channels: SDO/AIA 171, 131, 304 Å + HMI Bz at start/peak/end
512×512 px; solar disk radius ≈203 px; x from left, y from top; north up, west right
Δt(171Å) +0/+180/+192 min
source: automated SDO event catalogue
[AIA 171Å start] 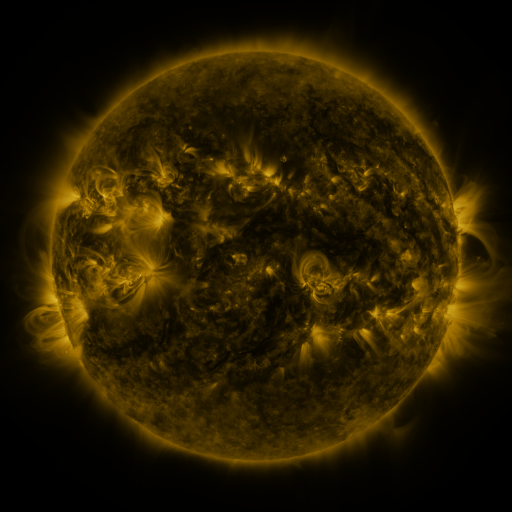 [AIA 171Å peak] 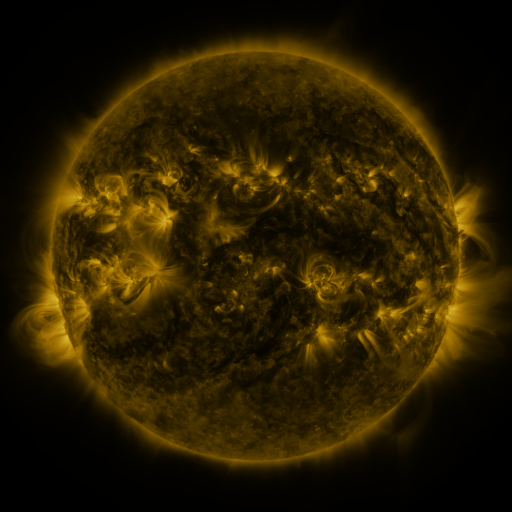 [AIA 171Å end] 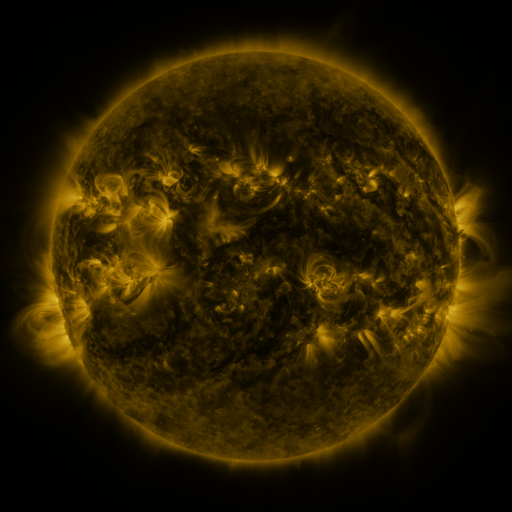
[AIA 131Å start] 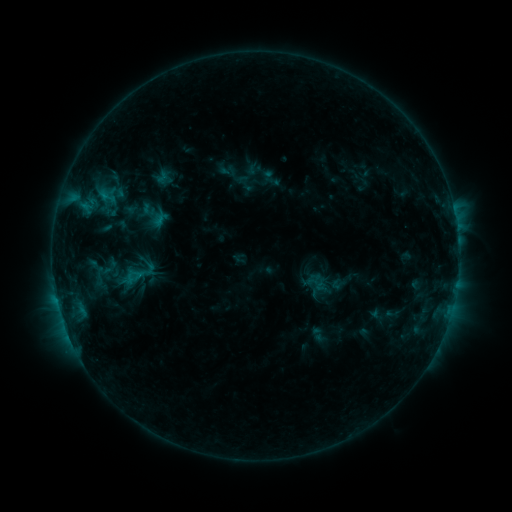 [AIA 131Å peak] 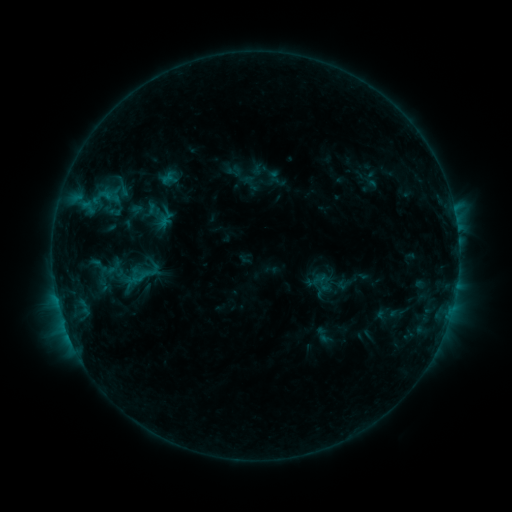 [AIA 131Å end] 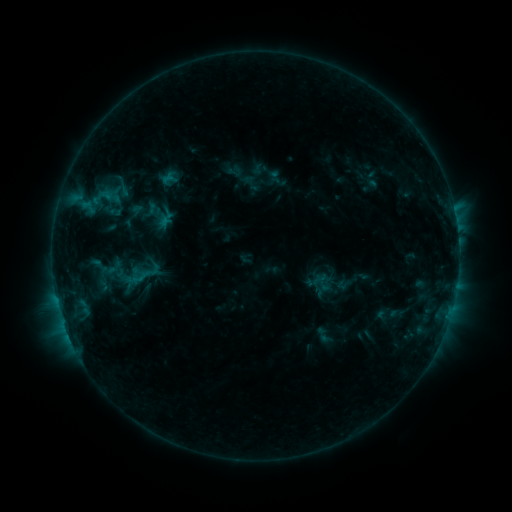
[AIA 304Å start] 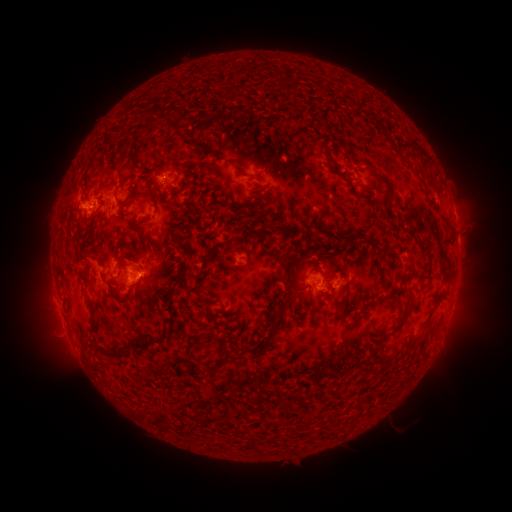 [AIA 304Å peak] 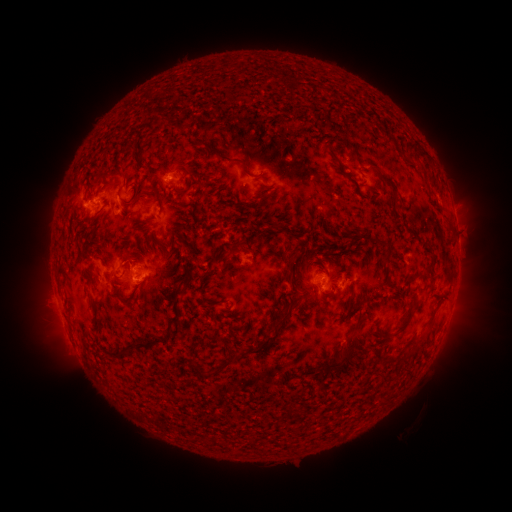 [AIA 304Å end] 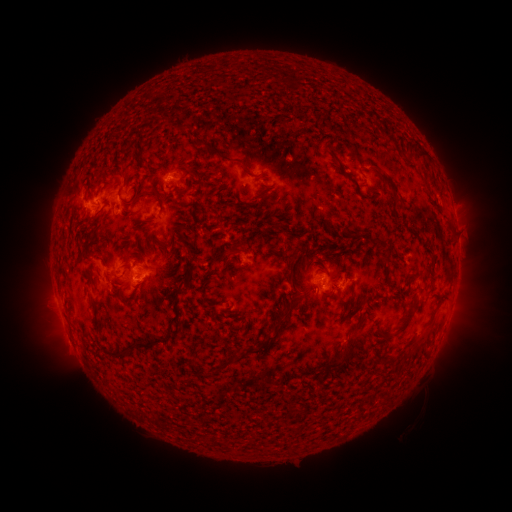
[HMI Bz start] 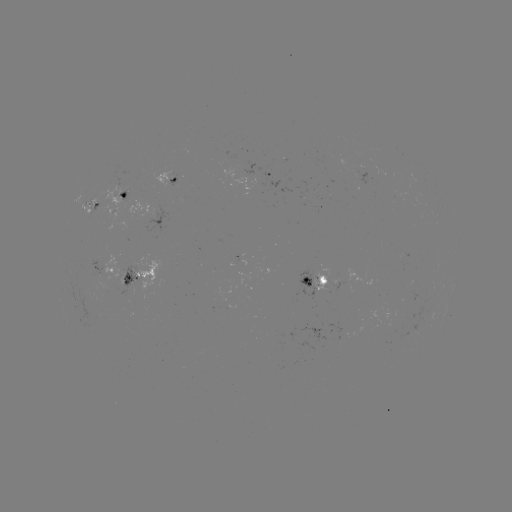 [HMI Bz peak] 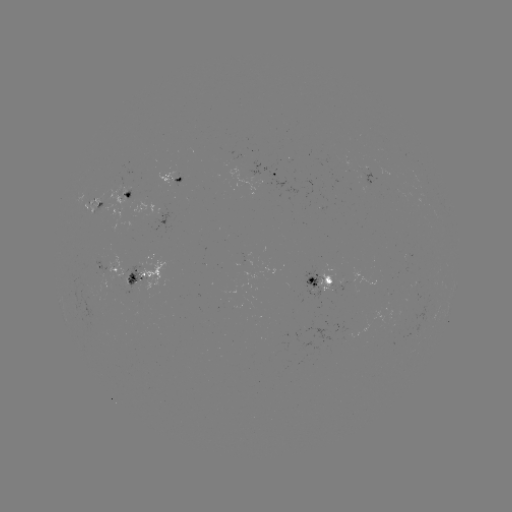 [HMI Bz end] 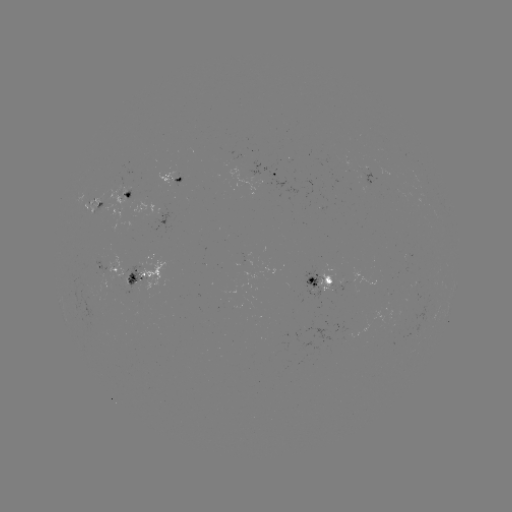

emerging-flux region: [121, 269, 129, 284]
